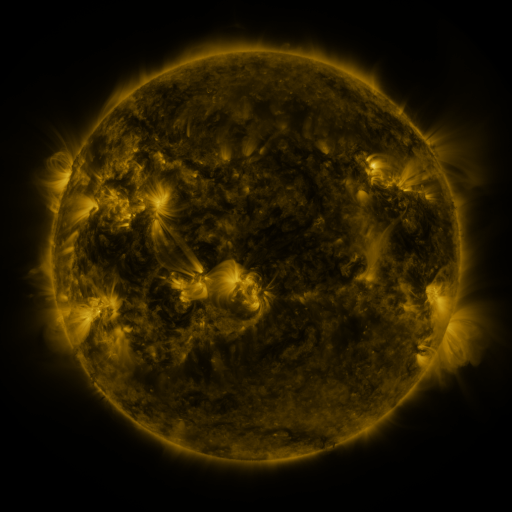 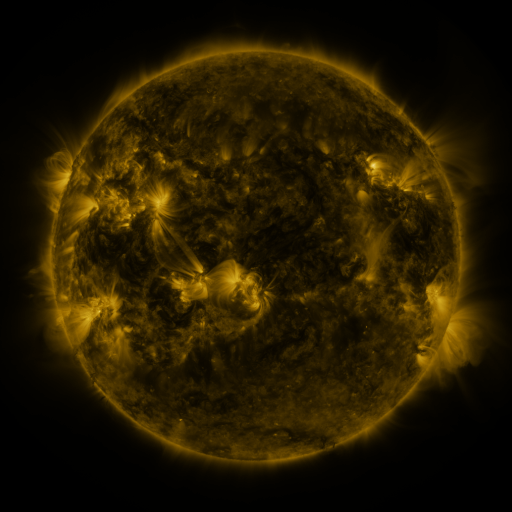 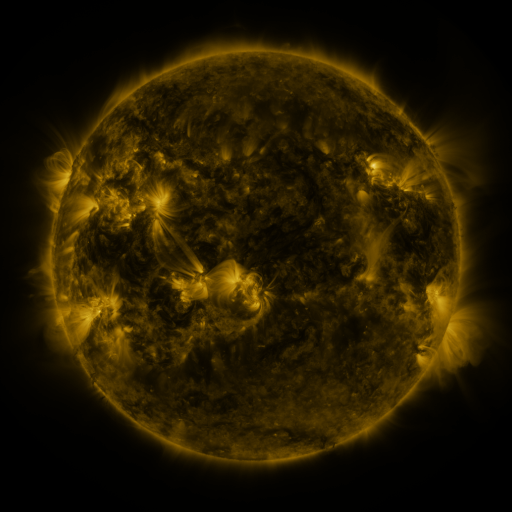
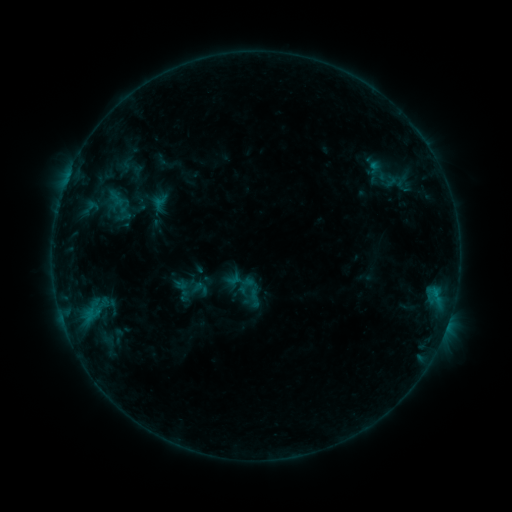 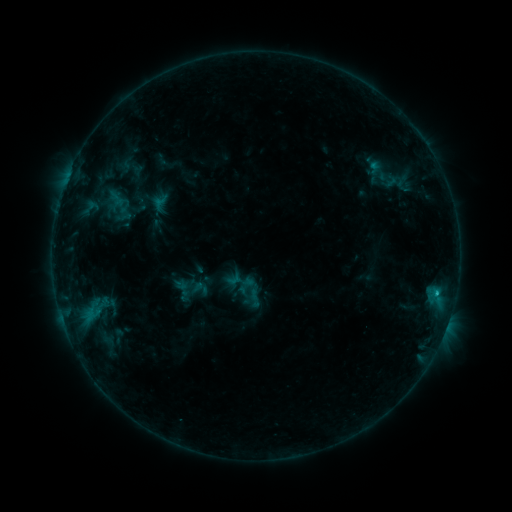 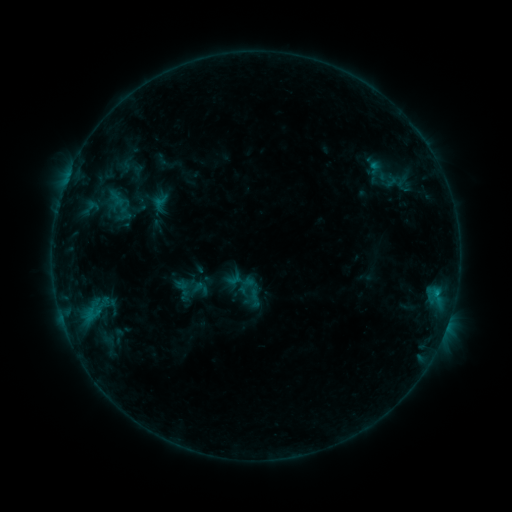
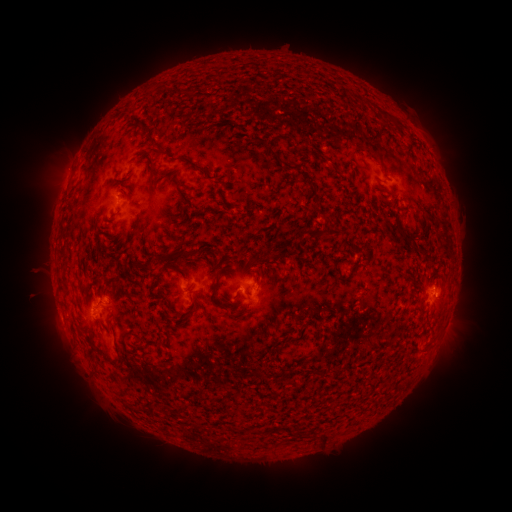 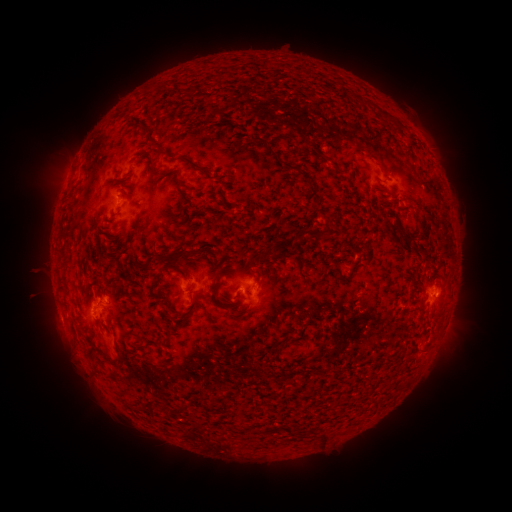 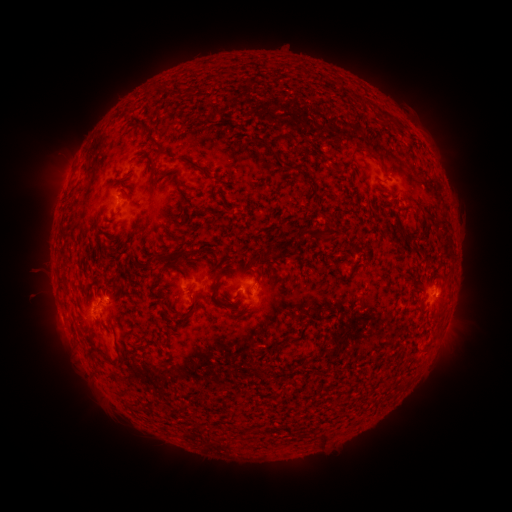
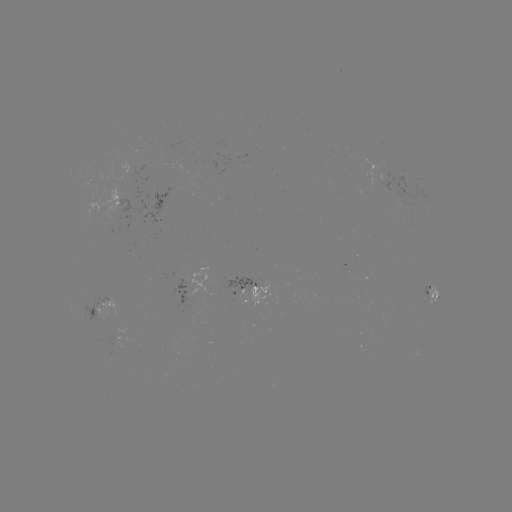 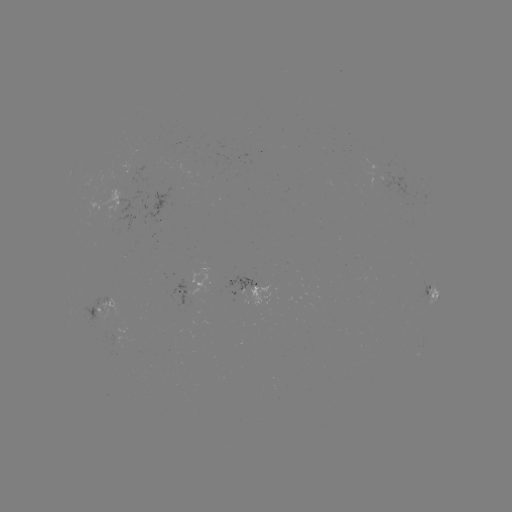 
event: flare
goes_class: B6.5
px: (437, 291)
